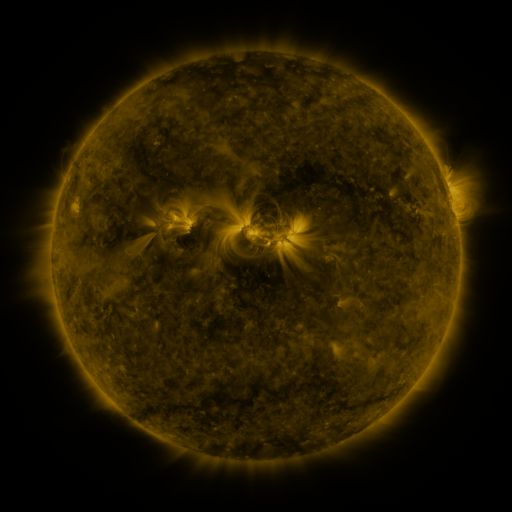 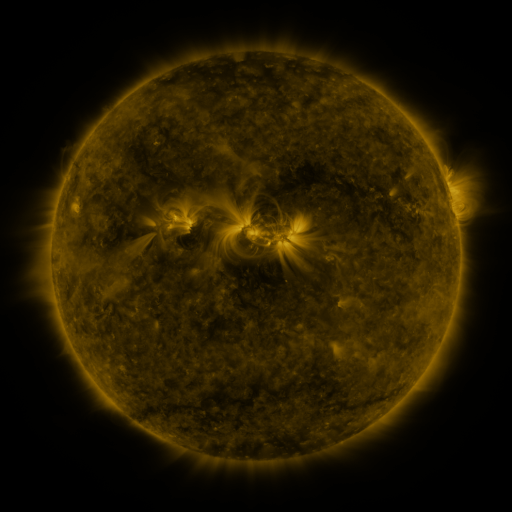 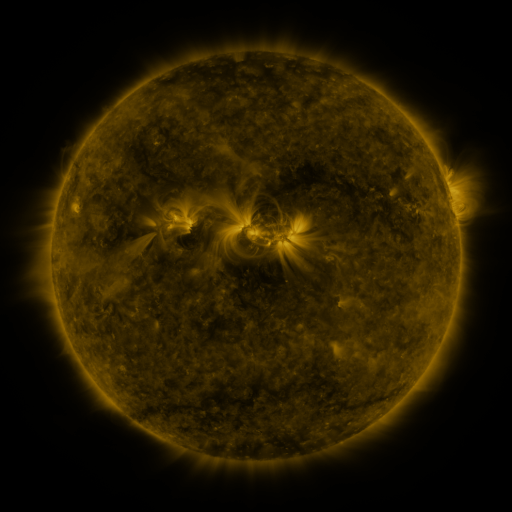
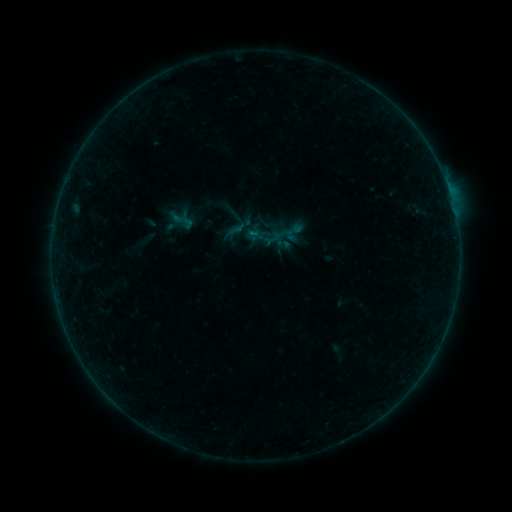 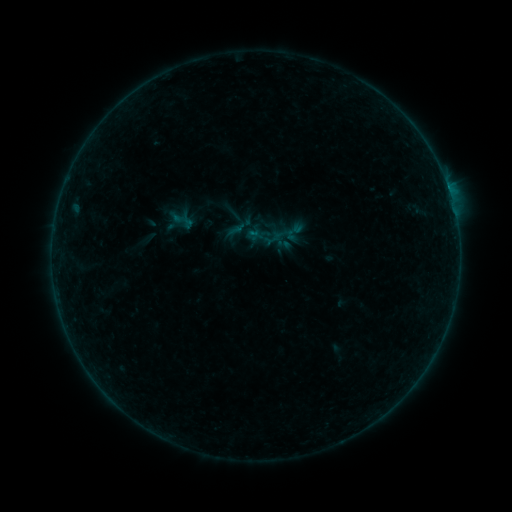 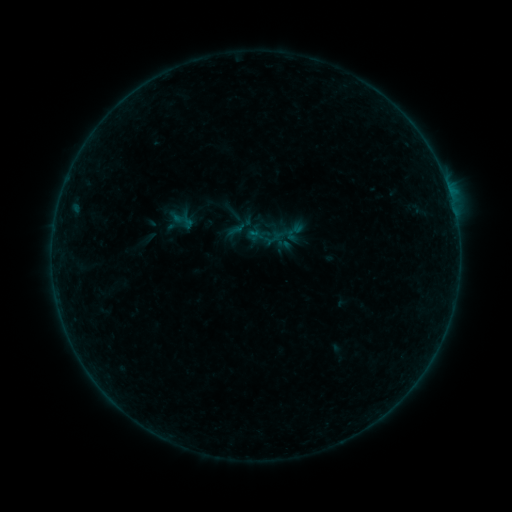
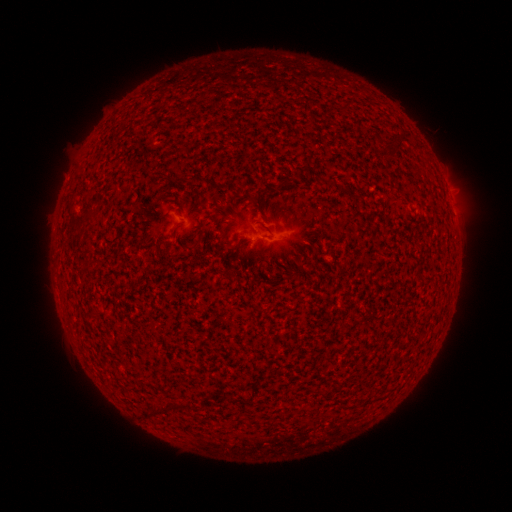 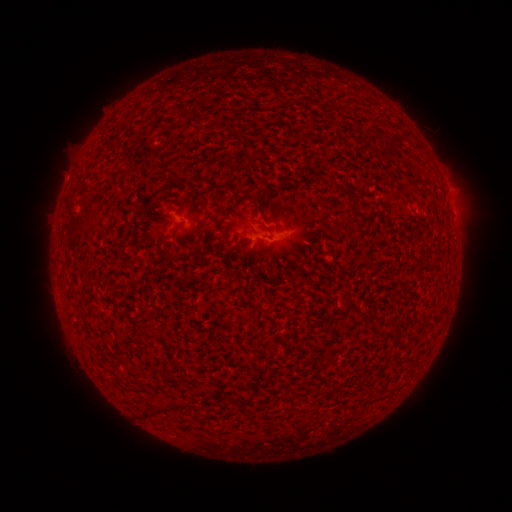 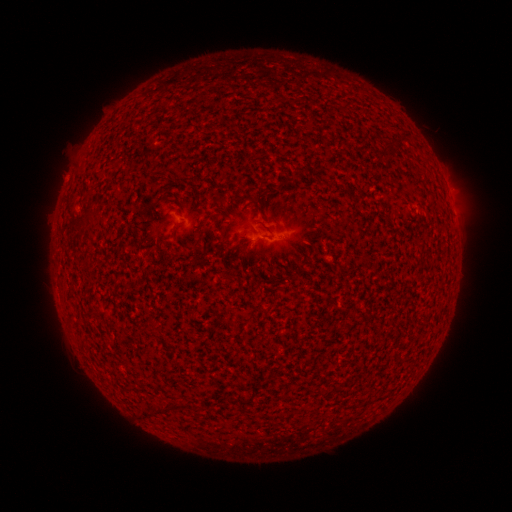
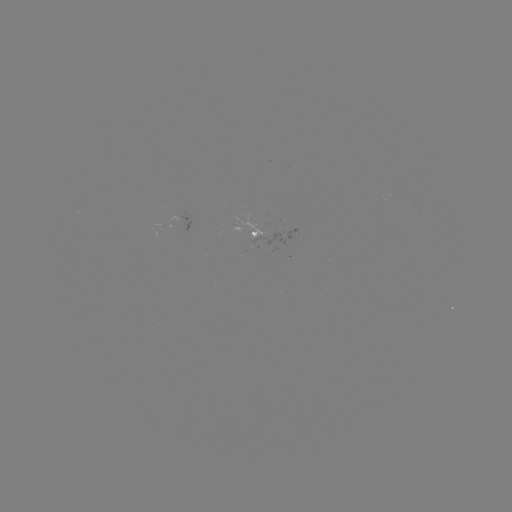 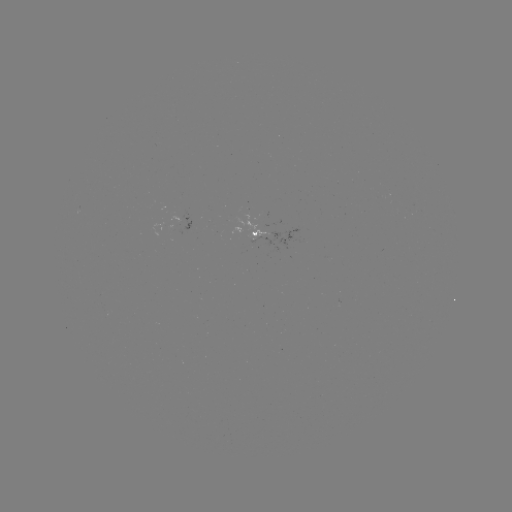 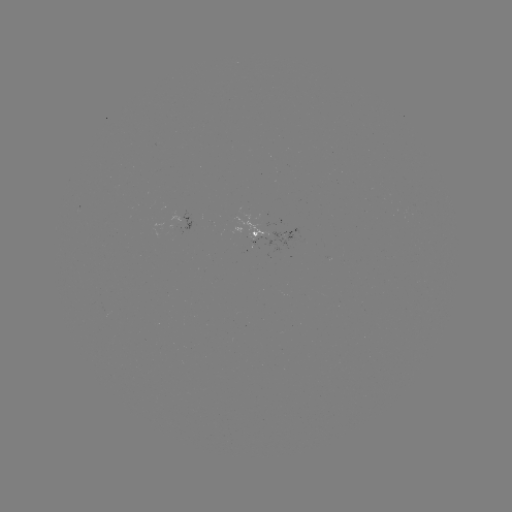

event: flare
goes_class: B2.4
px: (448, 189)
